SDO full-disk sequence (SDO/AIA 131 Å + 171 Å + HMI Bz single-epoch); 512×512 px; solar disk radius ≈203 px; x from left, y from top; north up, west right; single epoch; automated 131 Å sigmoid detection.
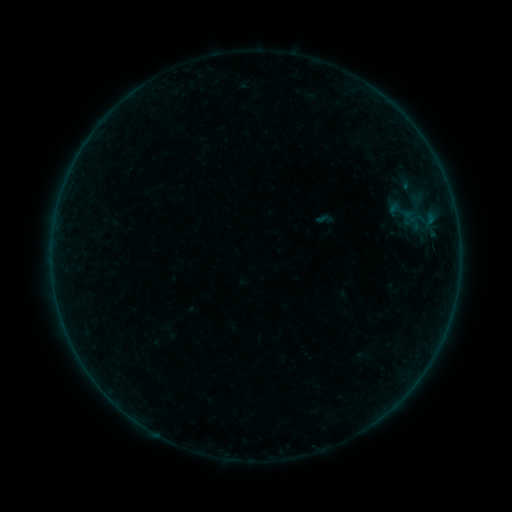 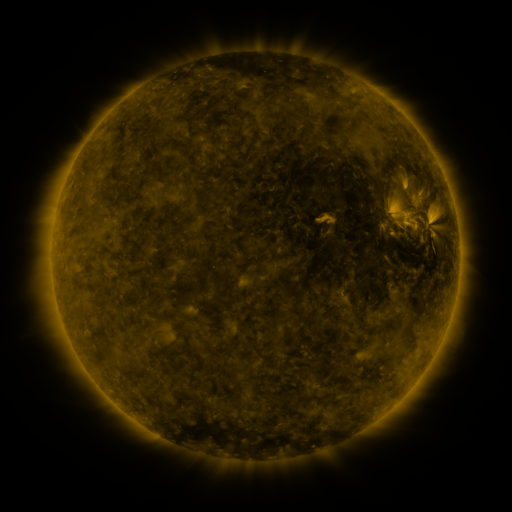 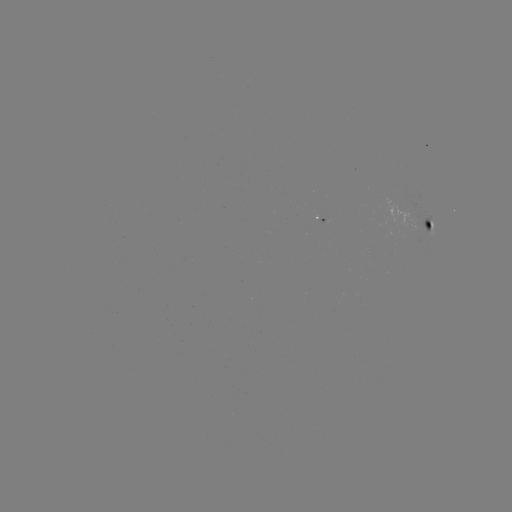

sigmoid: [314, 209, 335, 230]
